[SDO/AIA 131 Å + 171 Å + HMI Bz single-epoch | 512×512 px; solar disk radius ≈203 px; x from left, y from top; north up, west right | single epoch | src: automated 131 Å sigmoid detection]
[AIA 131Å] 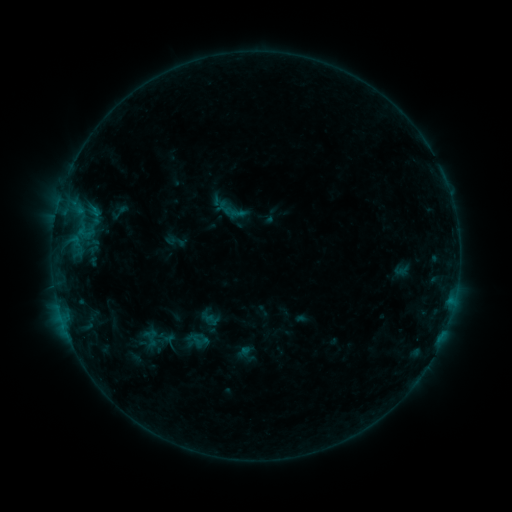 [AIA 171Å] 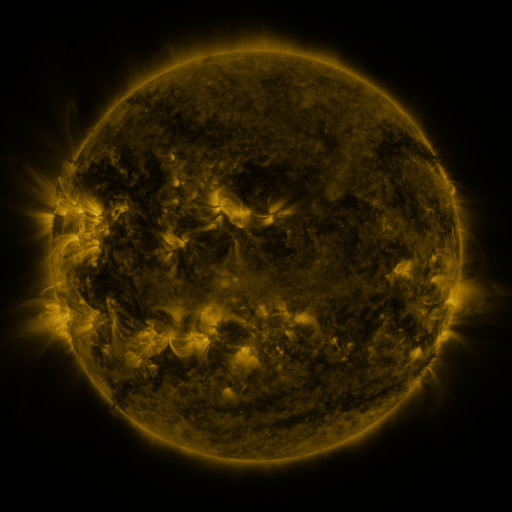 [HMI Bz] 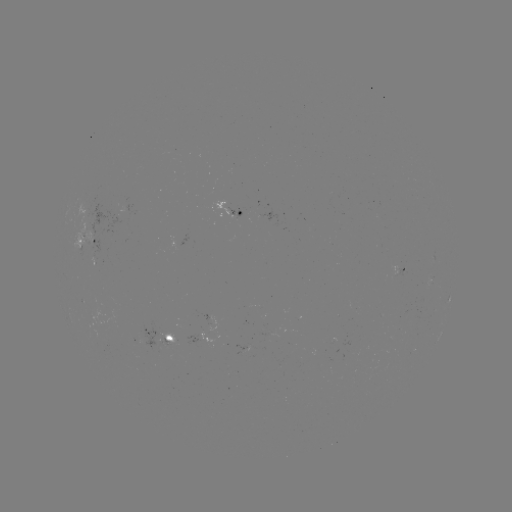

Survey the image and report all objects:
sigmoid: (119, 212)
sigmoid: (198, 340)
